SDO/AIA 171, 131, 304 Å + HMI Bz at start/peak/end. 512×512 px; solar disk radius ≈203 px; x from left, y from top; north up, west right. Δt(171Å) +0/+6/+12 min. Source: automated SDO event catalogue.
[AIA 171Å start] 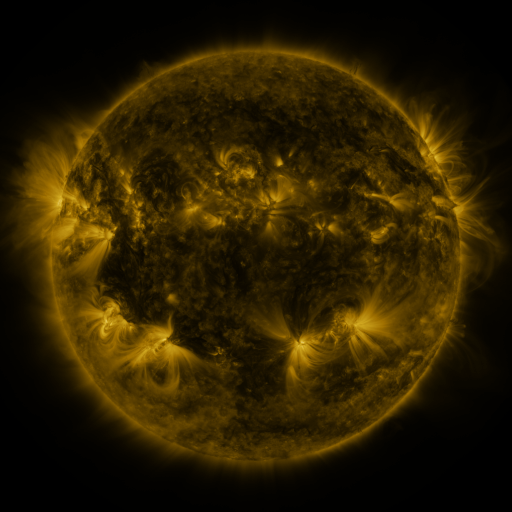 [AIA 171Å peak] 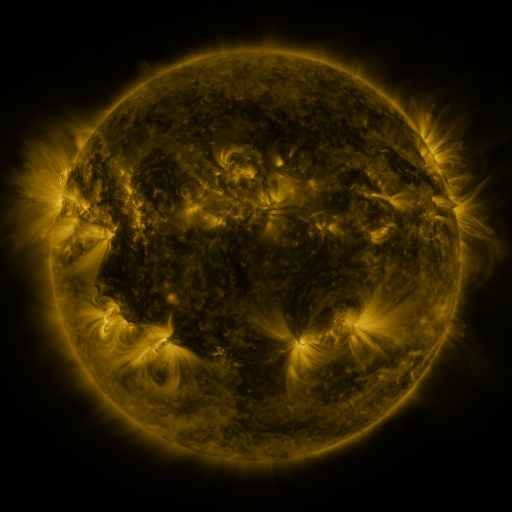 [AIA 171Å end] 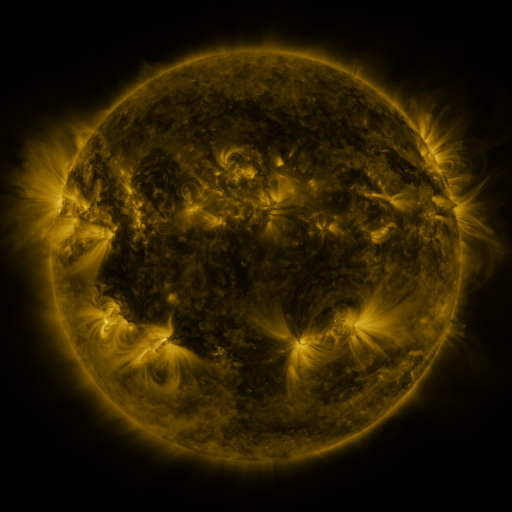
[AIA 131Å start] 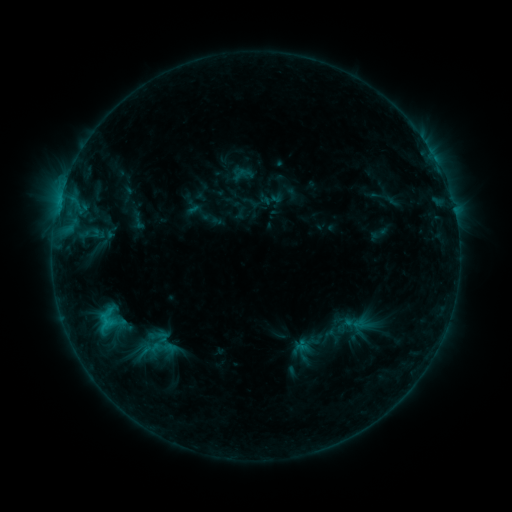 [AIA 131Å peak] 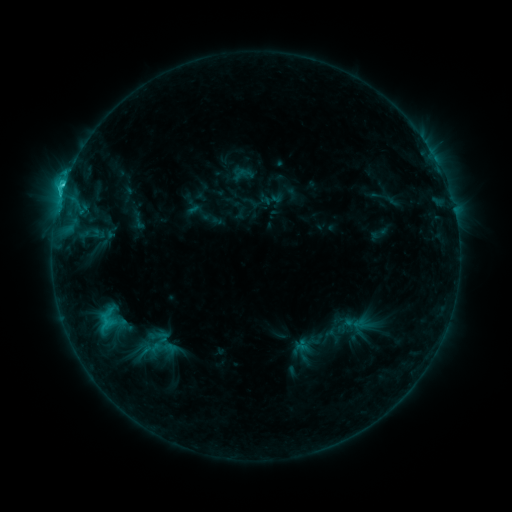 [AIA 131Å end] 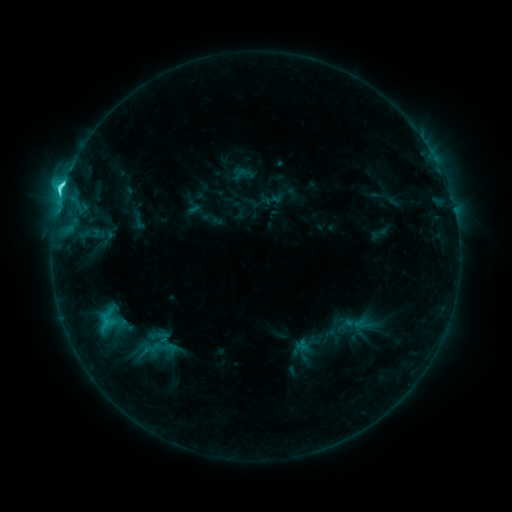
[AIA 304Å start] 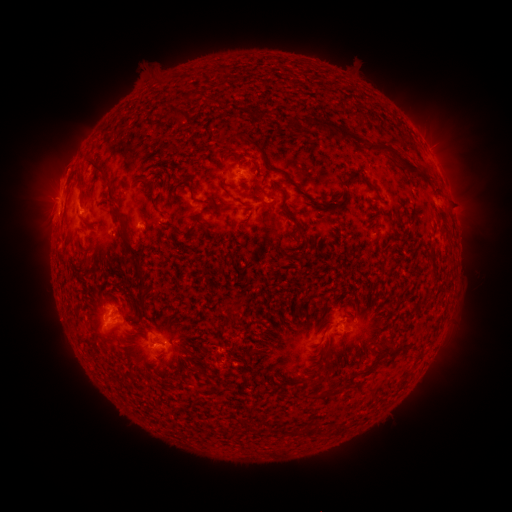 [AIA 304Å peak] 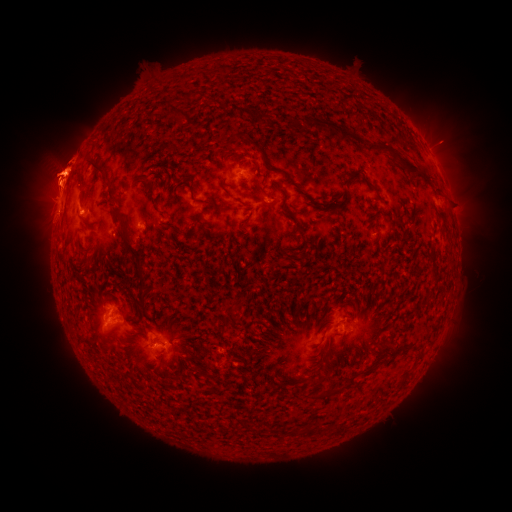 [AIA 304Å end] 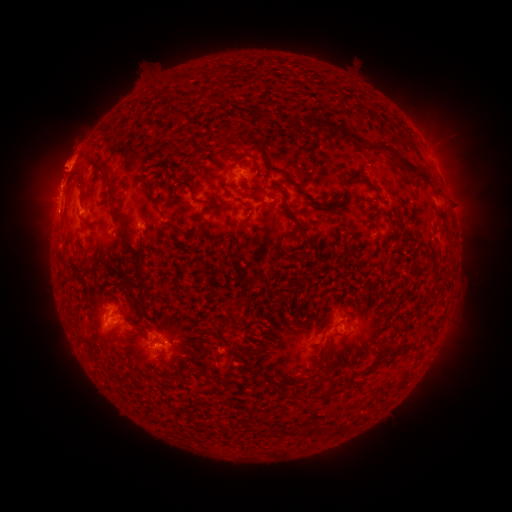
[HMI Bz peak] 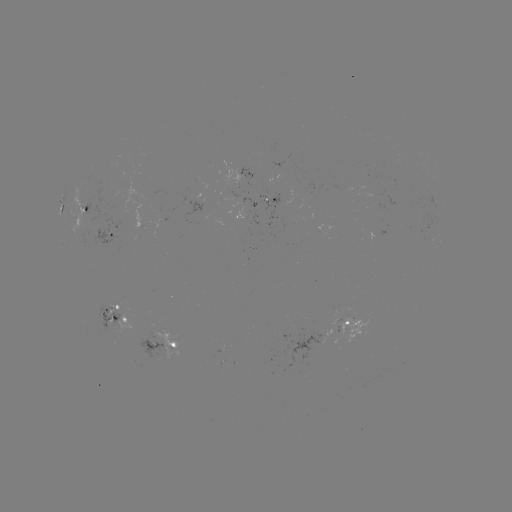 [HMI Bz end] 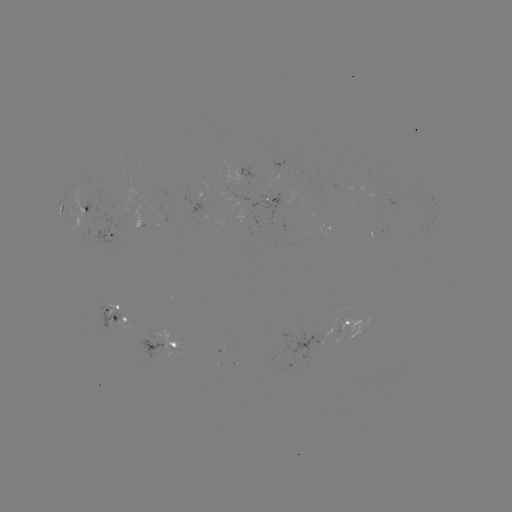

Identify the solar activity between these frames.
eruption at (479, 159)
